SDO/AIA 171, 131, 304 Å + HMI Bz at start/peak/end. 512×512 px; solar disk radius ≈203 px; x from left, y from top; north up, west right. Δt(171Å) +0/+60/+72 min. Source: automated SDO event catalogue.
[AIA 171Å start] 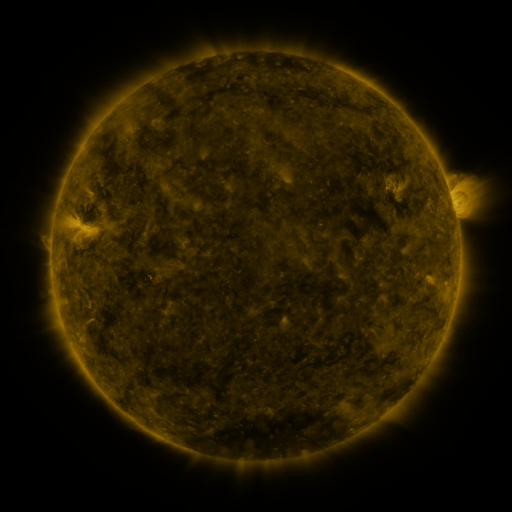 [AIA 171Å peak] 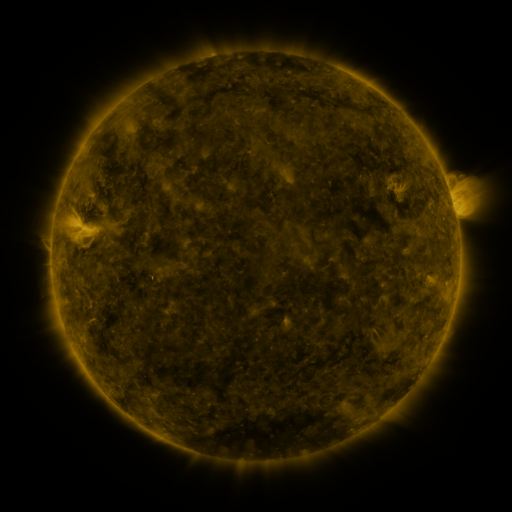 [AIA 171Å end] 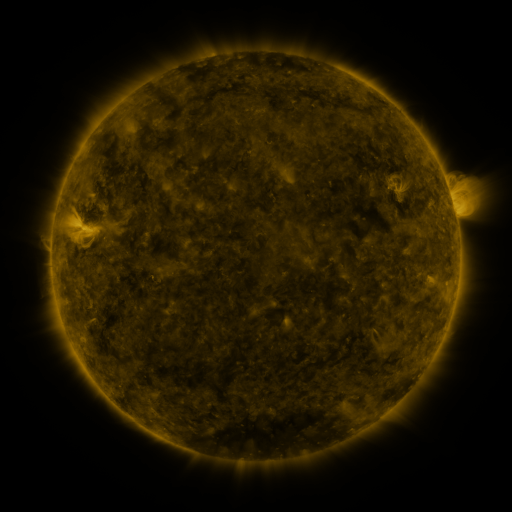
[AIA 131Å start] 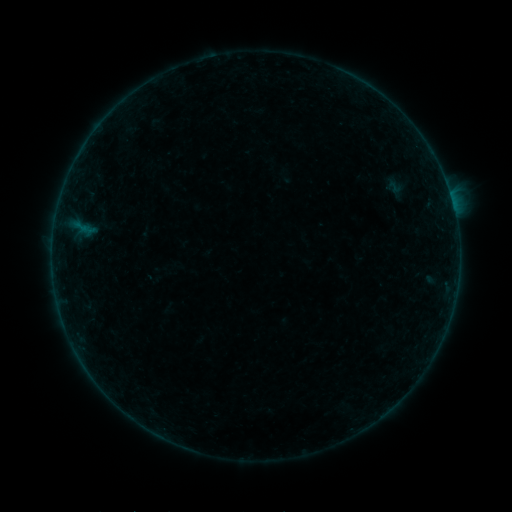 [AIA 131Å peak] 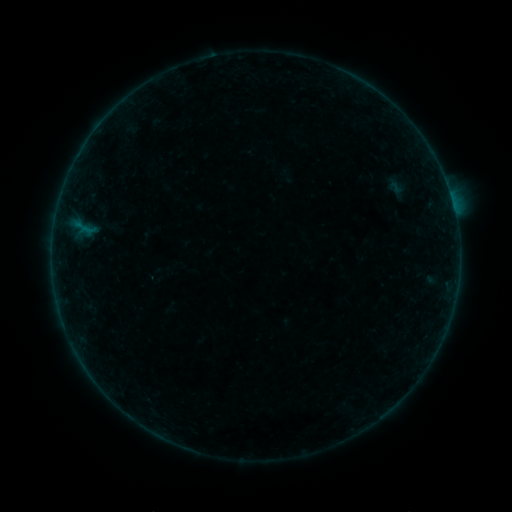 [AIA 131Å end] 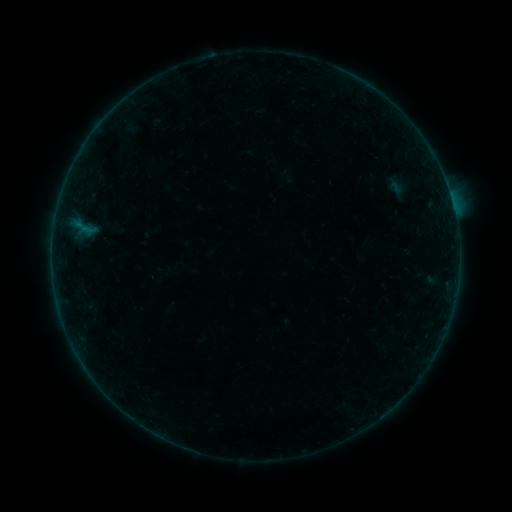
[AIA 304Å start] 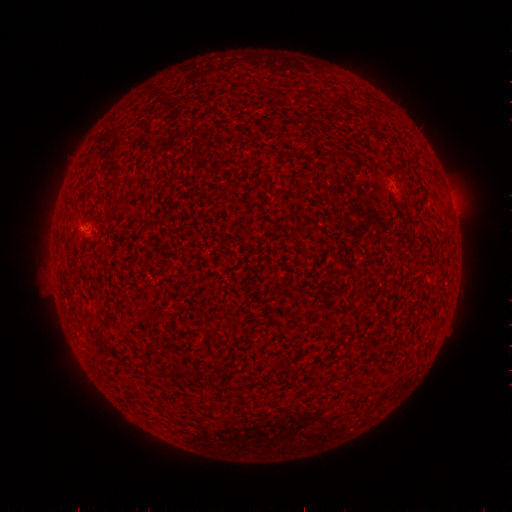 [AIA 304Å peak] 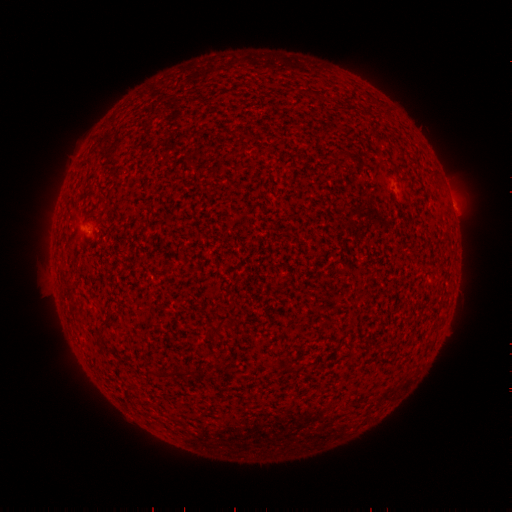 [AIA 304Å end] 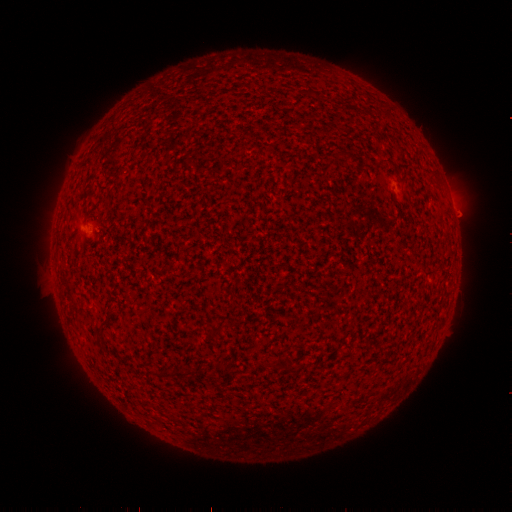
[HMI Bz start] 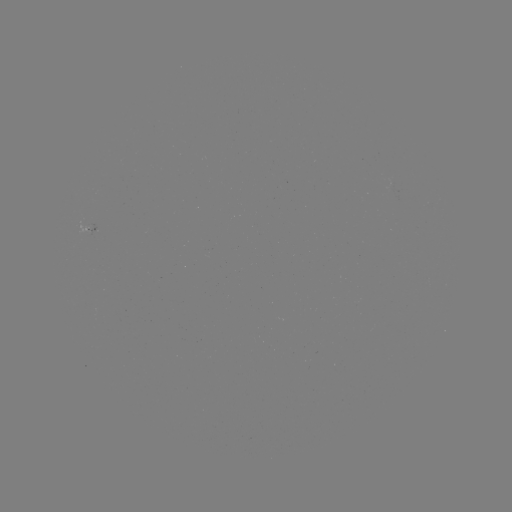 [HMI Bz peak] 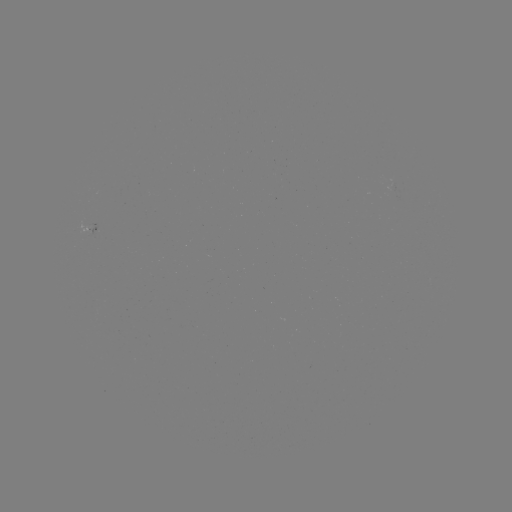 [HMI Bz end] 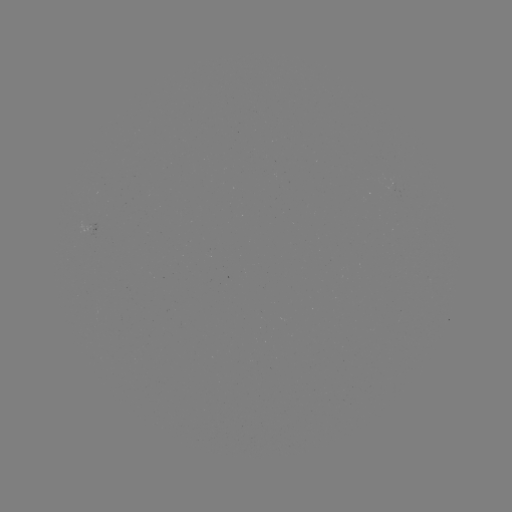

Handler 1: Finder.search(emerging-flux region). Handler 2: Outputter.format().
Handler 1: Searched emerging-flux region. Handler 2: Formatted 89,232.